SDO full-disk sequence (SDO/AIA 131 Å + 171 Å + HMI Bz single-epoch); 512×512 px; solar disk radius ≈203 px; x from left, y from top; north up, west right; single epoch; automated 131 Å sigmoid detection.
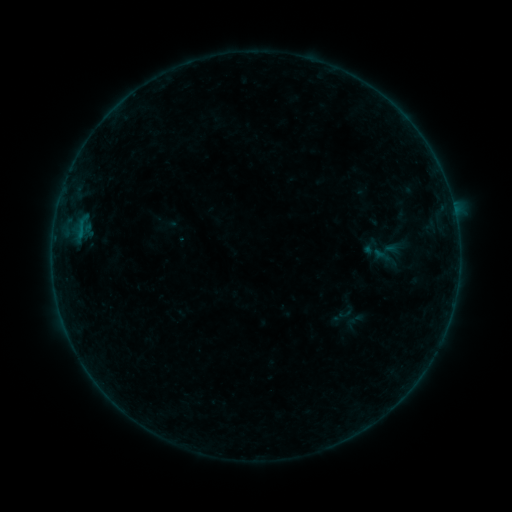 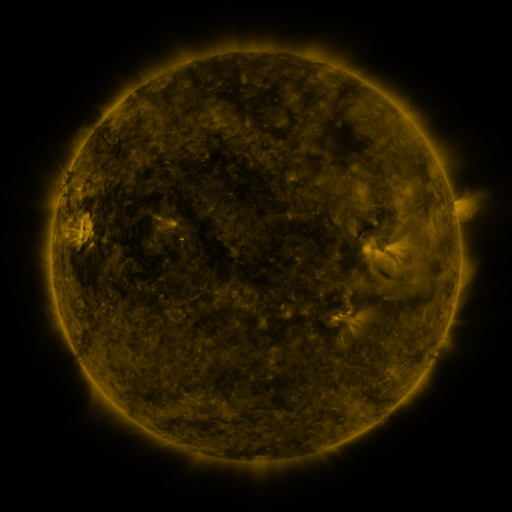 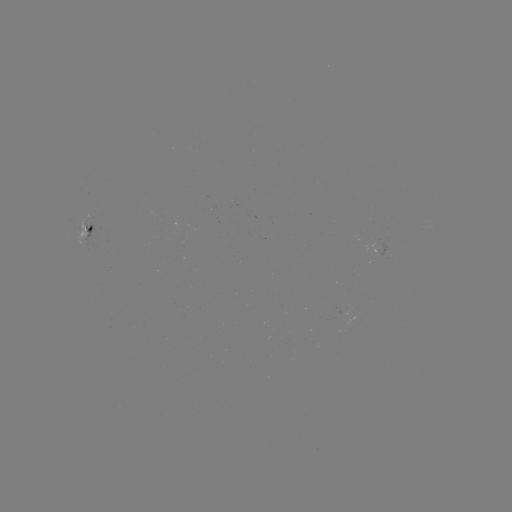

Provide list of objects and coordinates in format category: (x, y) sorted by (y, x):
sigmoid: (385, 257)
